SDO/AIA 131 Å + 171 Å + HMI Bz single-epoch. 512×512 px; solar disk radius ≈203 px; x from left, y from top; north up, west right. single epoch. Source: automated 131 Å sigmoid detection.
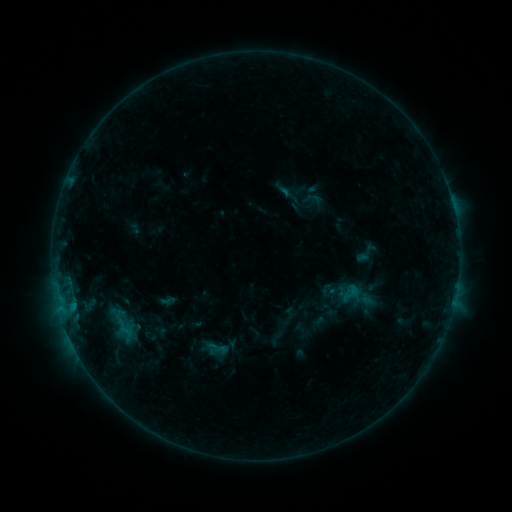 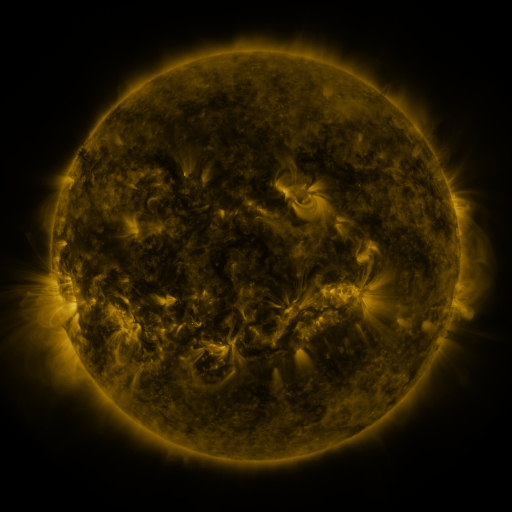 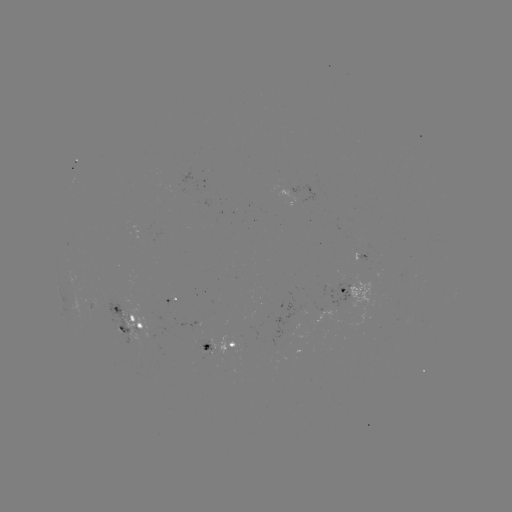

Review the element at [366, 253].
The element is sigmoid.